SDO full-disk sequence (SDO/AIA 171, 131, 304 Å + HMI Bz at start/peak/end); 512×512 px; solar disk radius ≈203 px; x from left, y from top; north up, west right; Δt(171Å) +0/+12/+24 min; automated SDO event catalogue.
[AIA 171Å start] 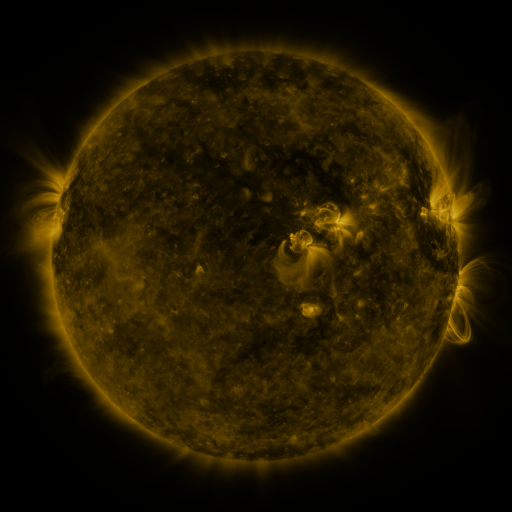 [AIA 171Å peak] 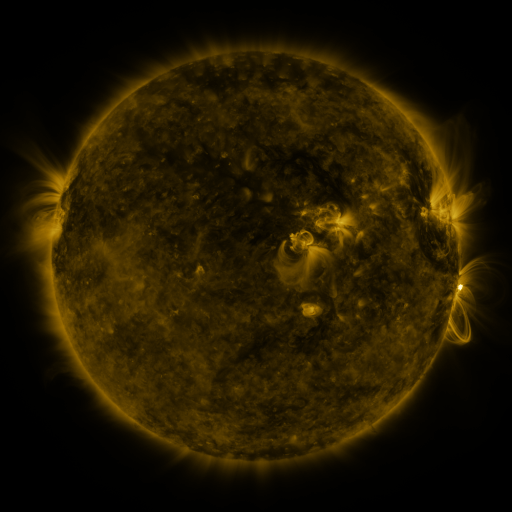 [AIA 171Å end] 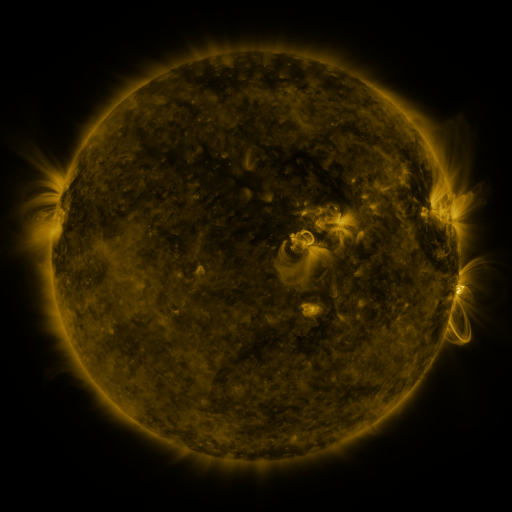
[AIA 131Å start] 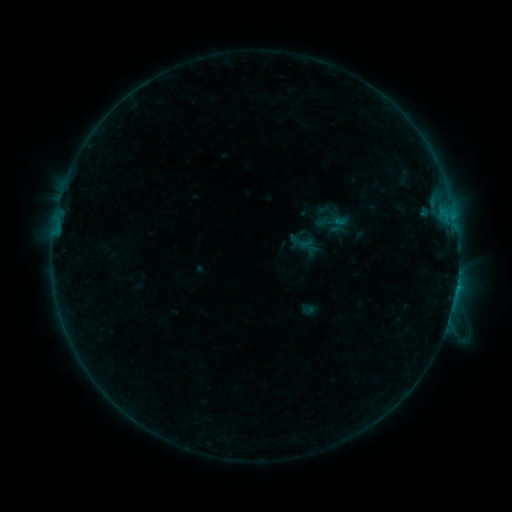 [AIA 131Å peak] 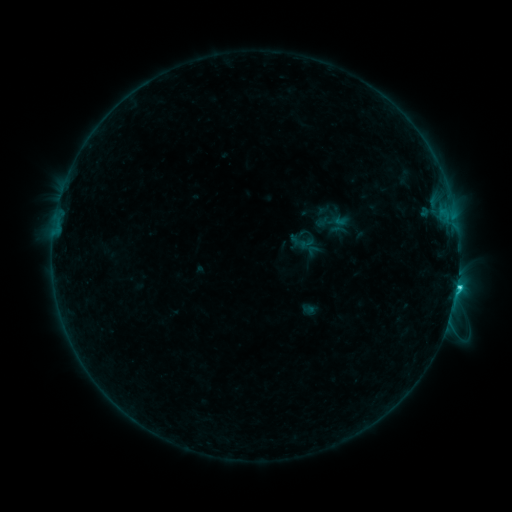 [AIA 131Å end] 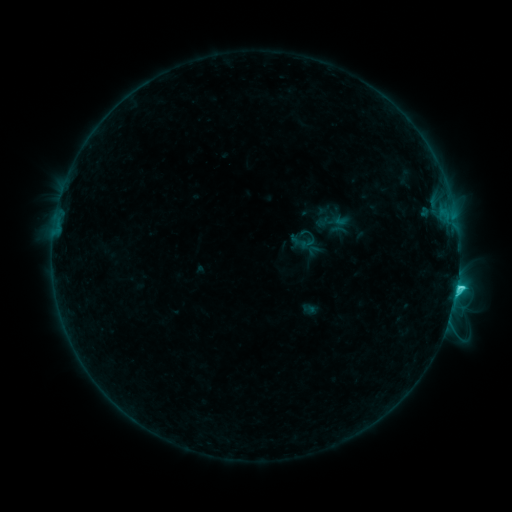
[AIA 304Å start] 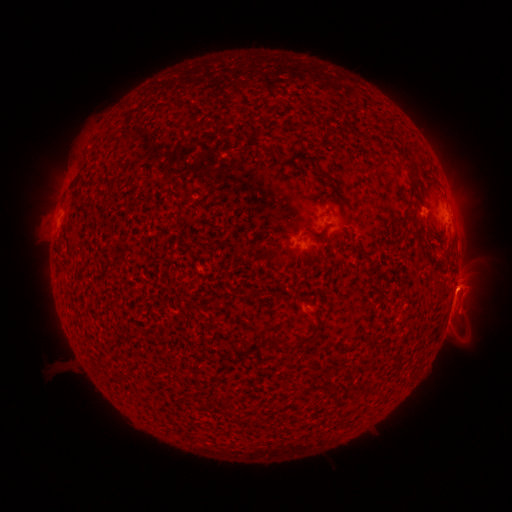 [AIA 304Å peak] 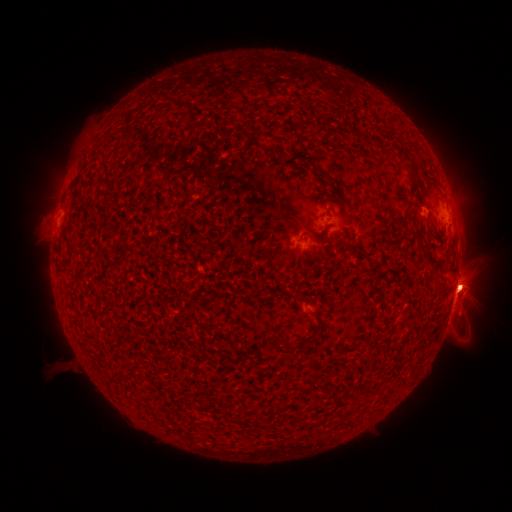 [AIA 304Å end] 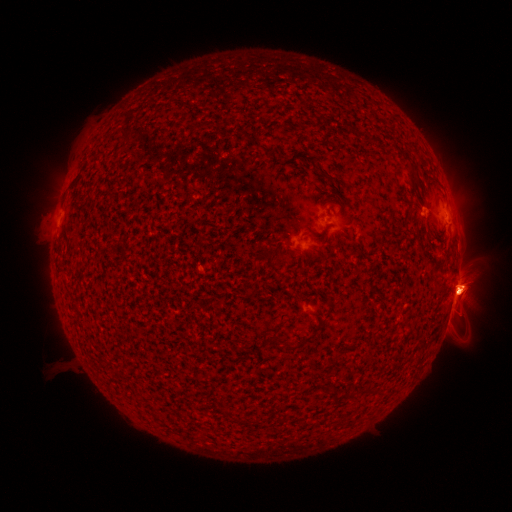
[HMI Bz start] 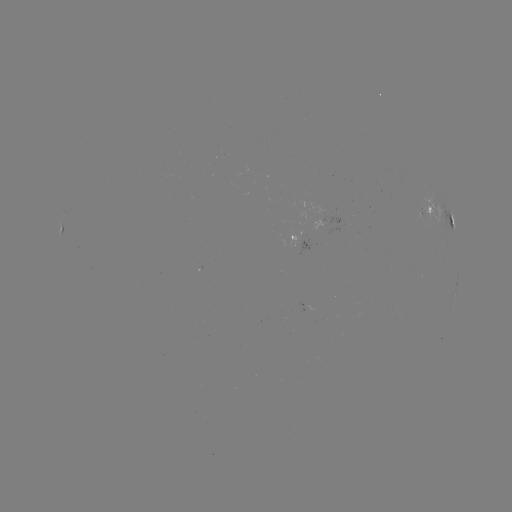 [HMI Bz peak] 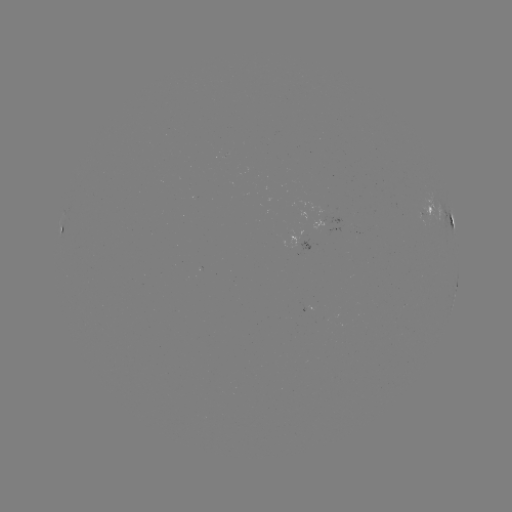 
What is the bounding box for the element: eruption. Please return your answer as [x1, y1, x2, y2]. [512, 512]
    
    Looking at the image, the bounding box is [412, 238, 496, 345].